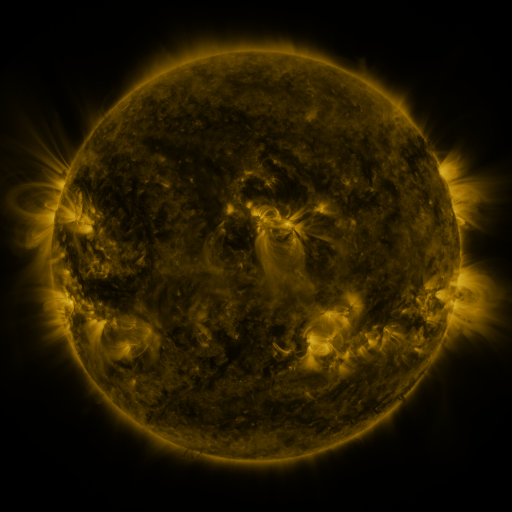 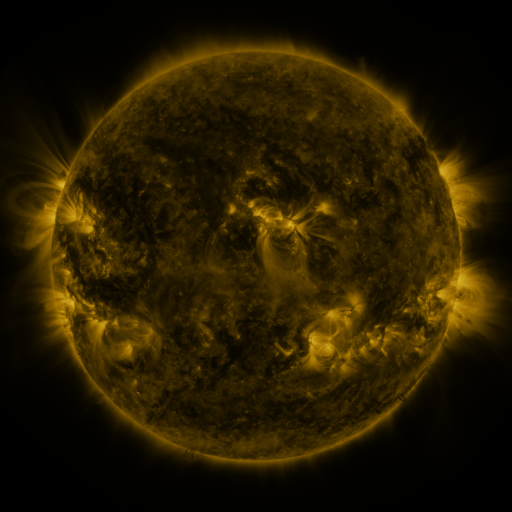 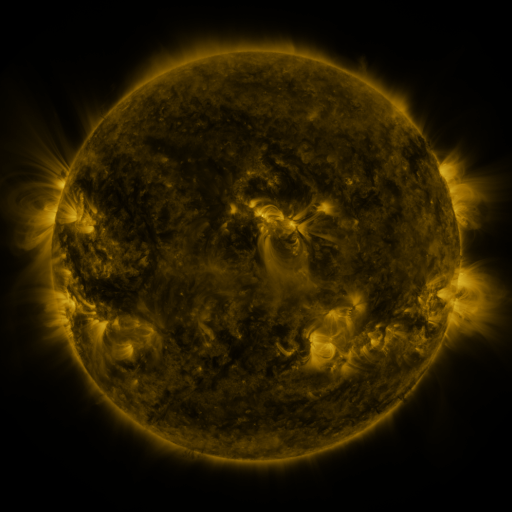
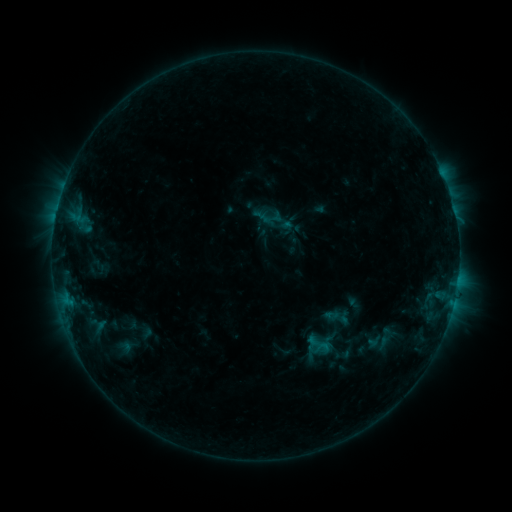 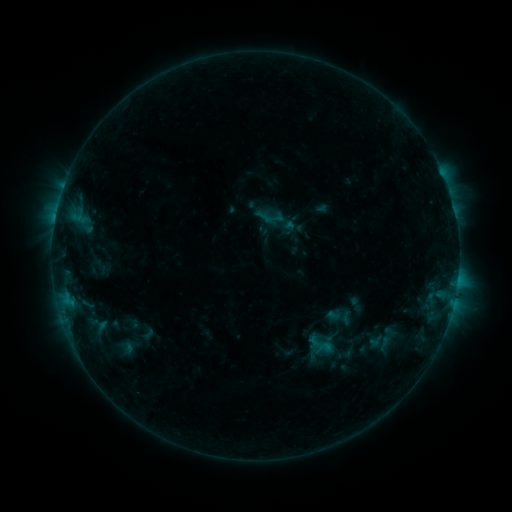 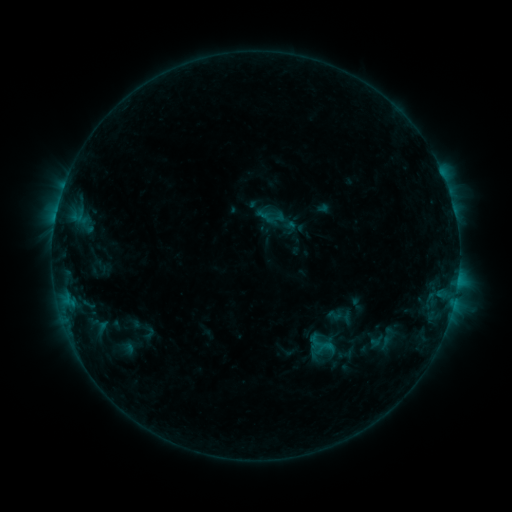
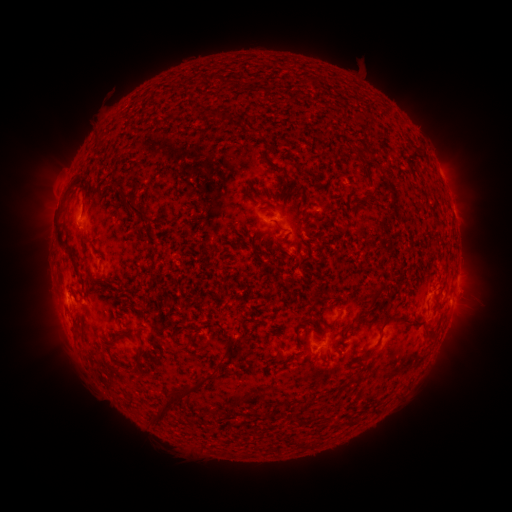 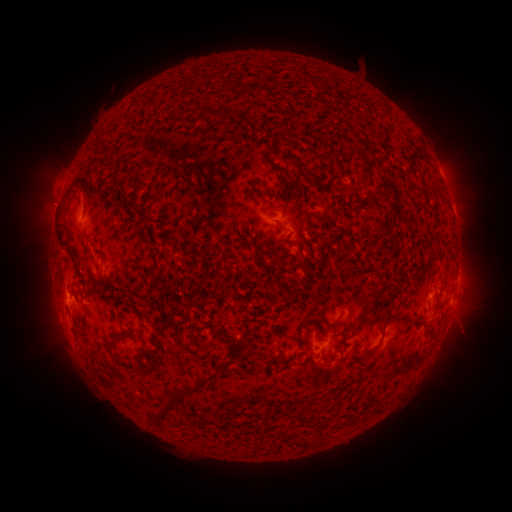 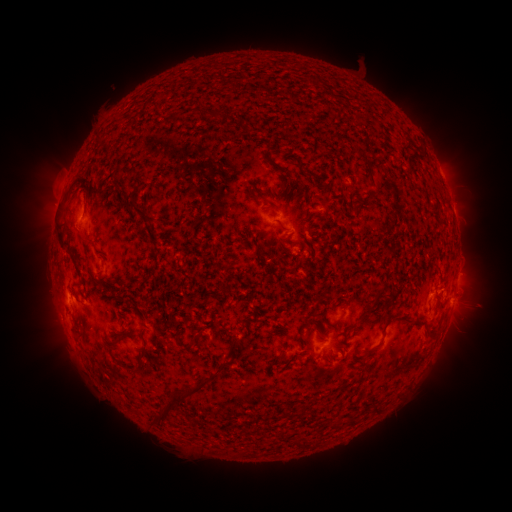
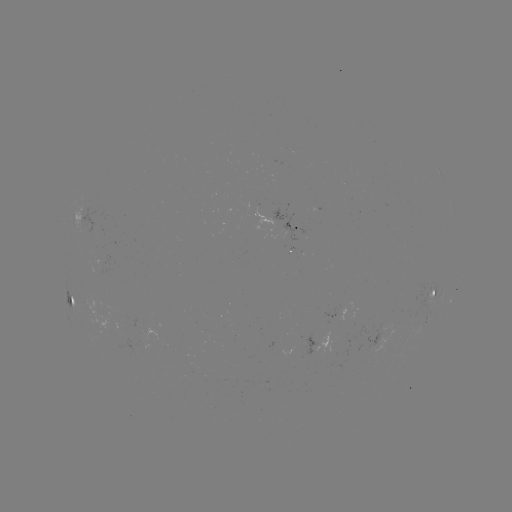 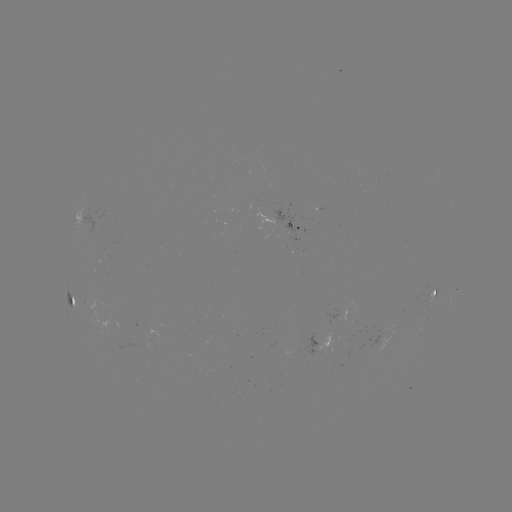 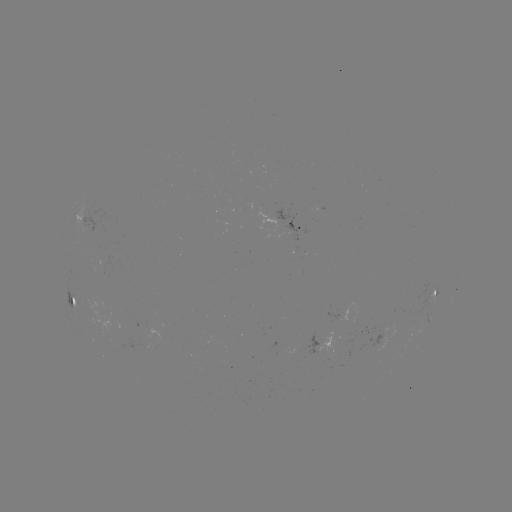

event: emerging-flux region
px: (151, 347)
